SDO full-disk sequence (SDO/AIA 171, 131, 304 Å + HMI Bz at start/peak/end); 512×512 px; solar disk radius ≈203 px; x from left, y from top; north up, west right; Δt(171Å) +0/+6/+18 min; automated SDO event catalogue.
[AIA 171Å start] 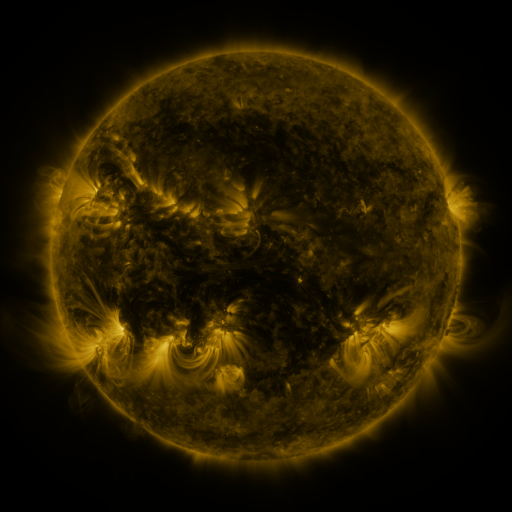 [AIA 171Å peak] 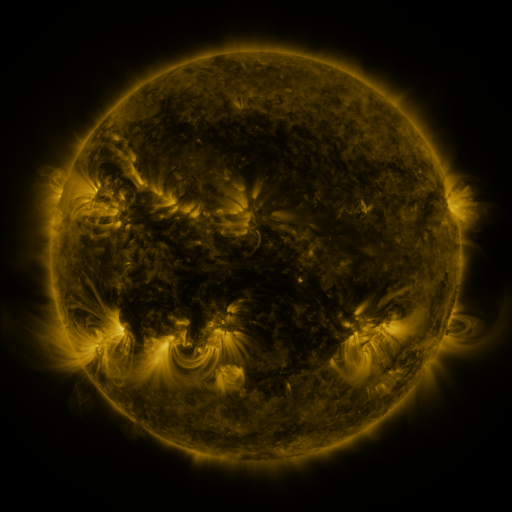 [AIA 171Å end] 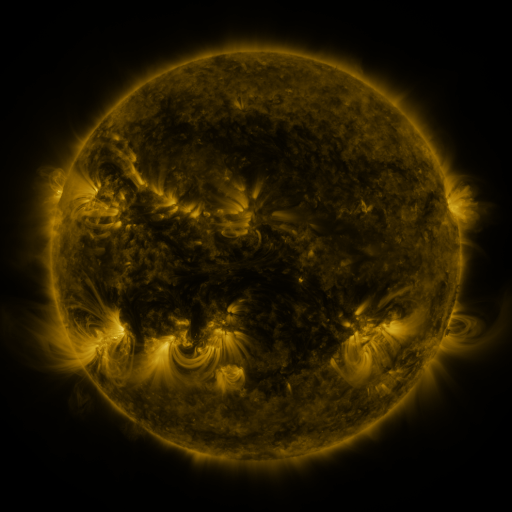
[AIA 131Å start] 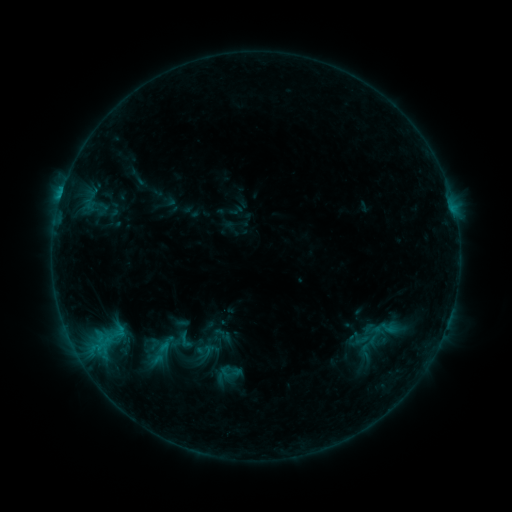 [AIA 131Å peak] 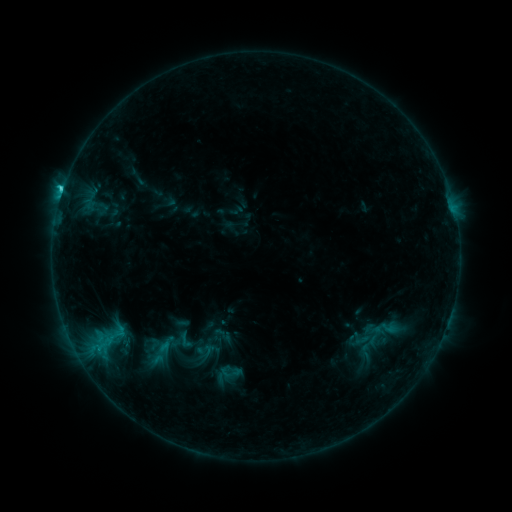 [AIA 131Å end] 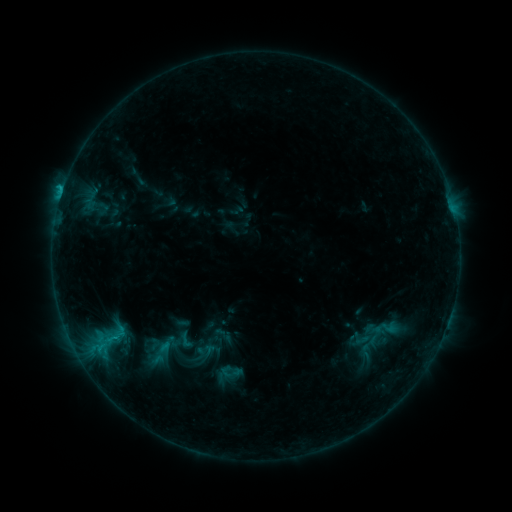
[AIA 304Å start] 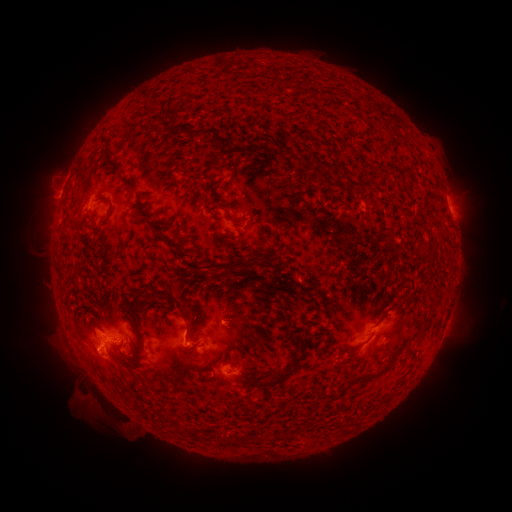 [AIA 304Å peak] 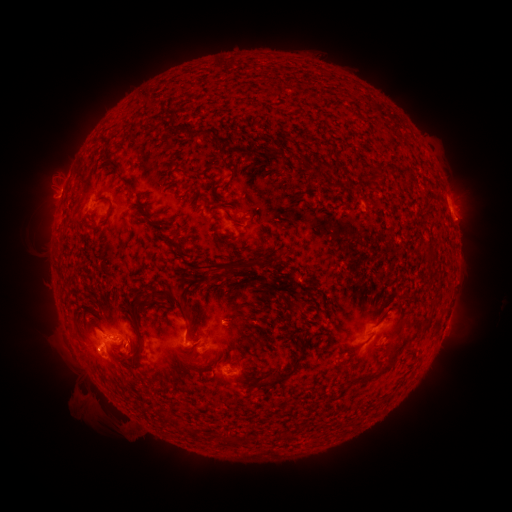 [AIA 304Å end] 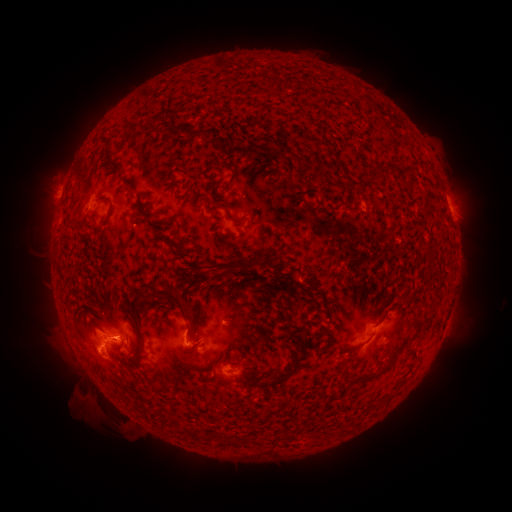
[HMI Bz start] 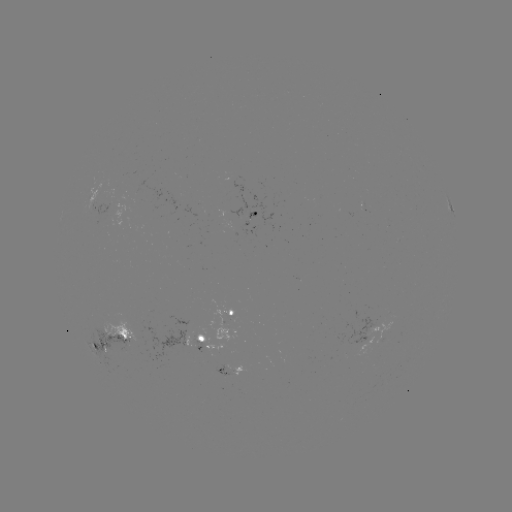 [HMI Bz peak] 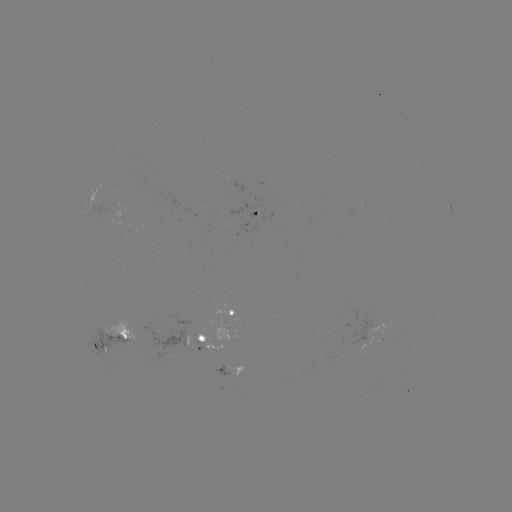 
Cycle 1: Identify C1.7 flare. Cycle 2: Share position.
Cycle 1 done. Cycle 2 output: (62, 194).